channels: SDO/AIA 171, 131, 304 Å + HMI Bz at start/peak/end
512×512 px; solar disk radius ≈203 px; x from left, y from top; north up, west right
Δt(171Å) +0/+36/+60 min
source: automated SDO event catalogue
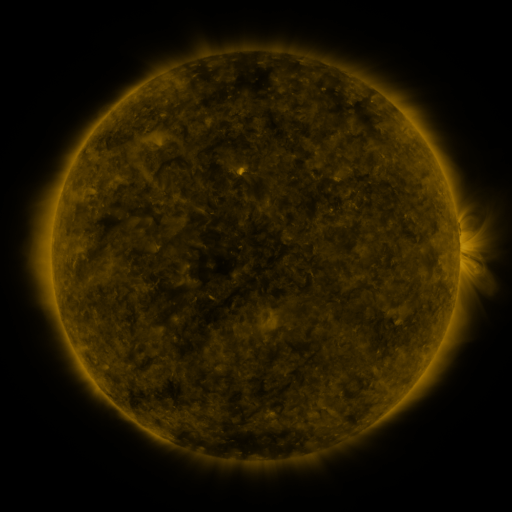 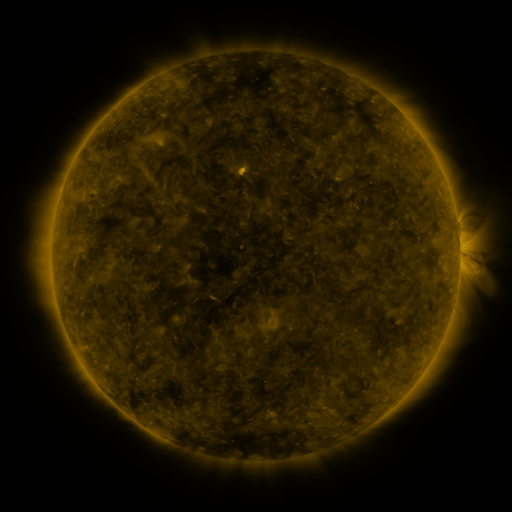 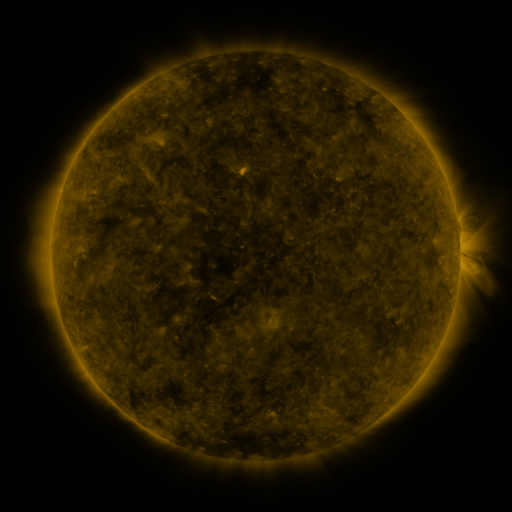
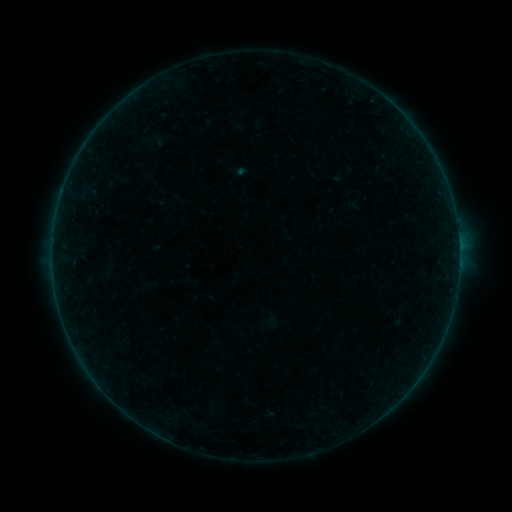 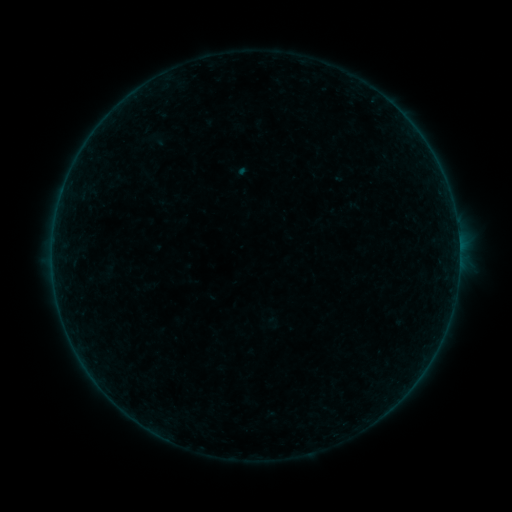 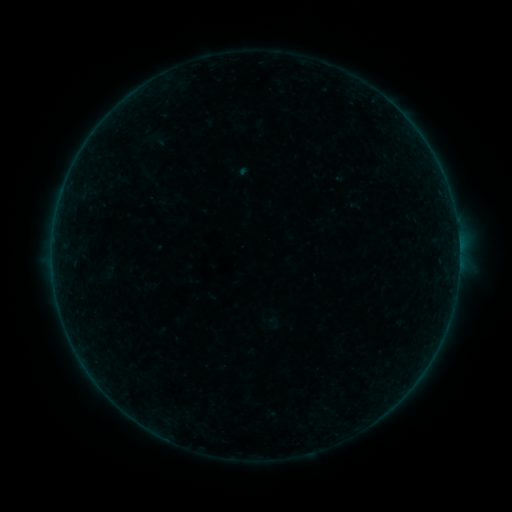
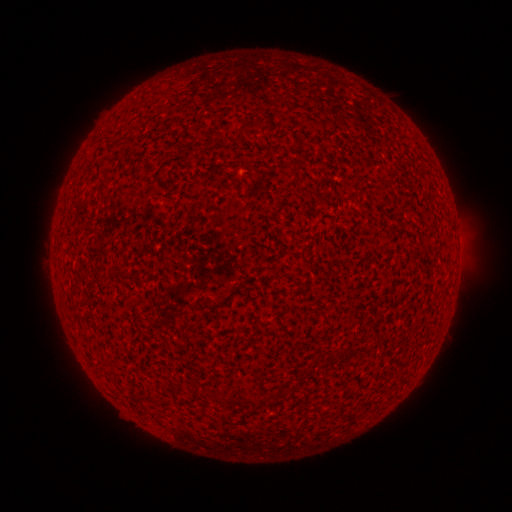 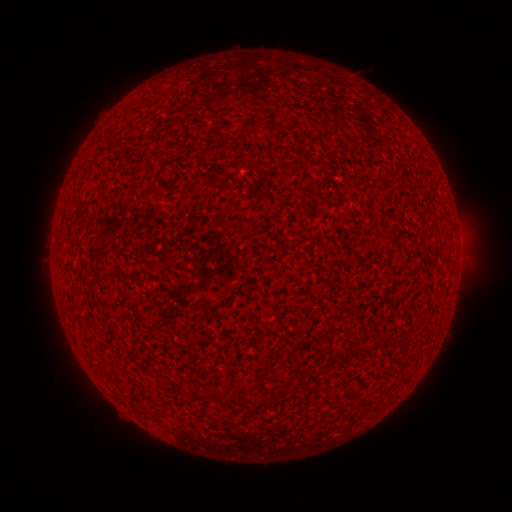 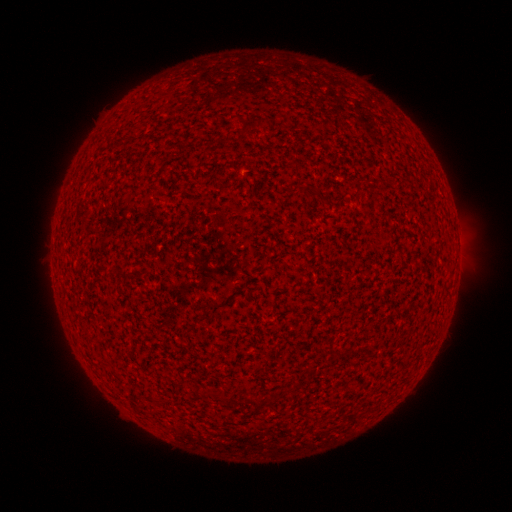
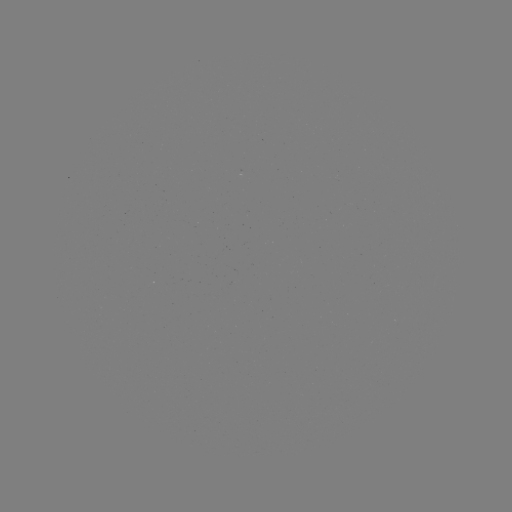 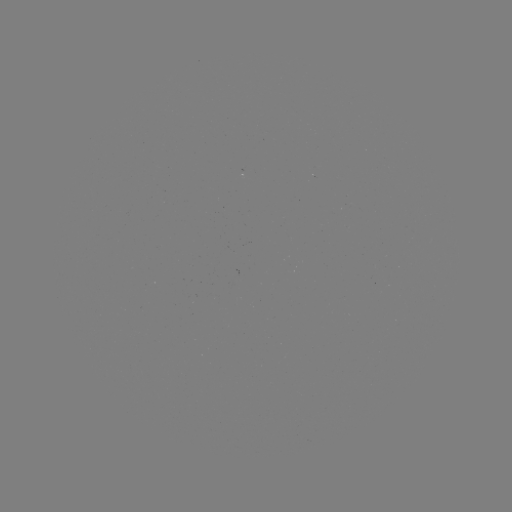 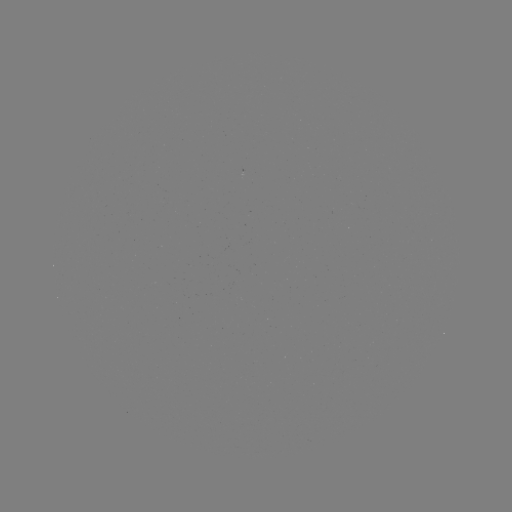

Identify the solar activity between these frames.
A3.5 flare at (458, 234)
